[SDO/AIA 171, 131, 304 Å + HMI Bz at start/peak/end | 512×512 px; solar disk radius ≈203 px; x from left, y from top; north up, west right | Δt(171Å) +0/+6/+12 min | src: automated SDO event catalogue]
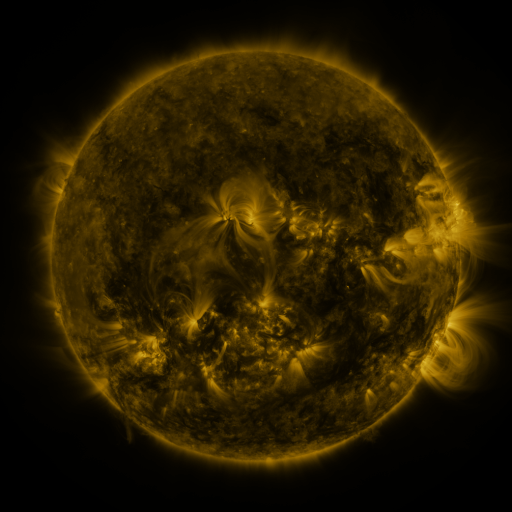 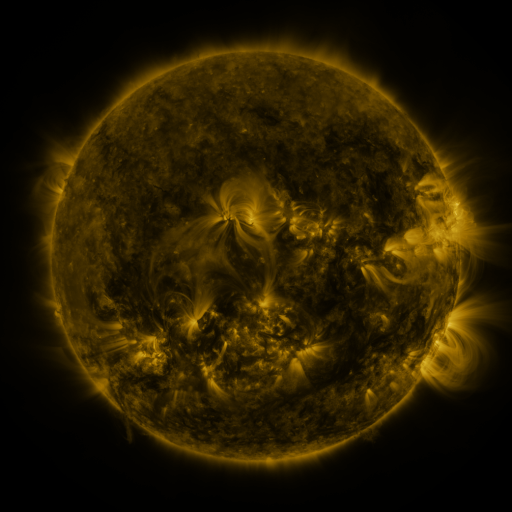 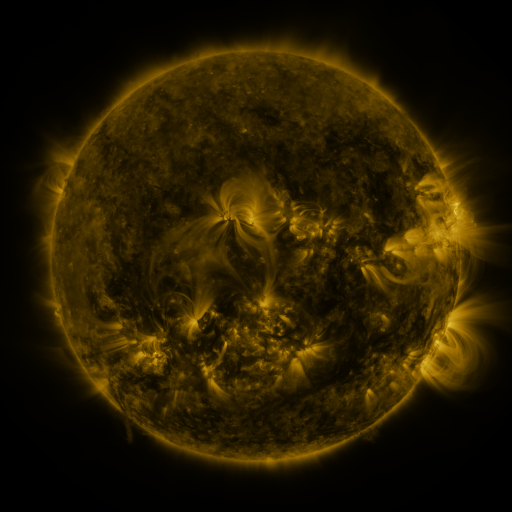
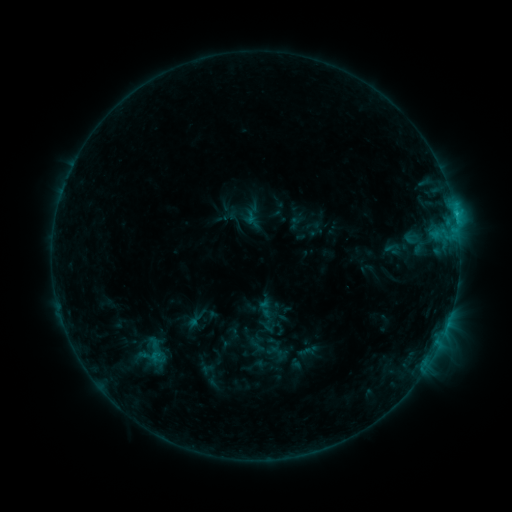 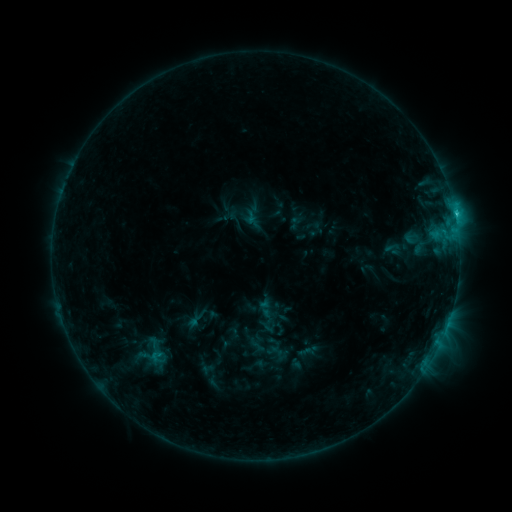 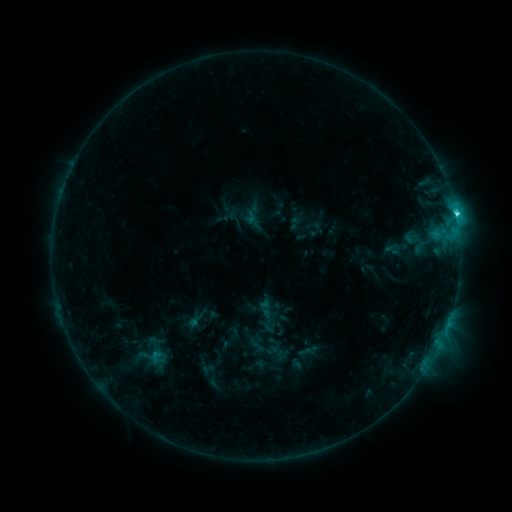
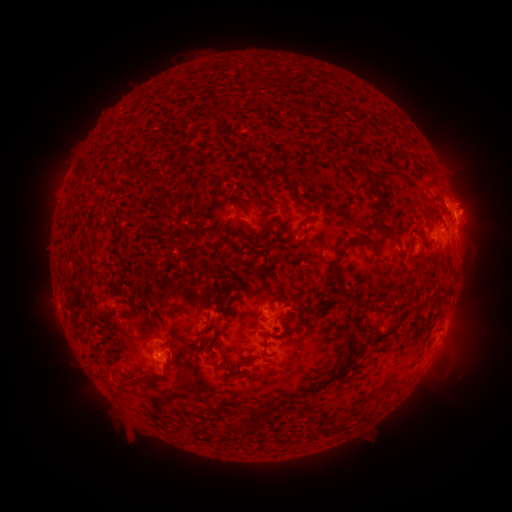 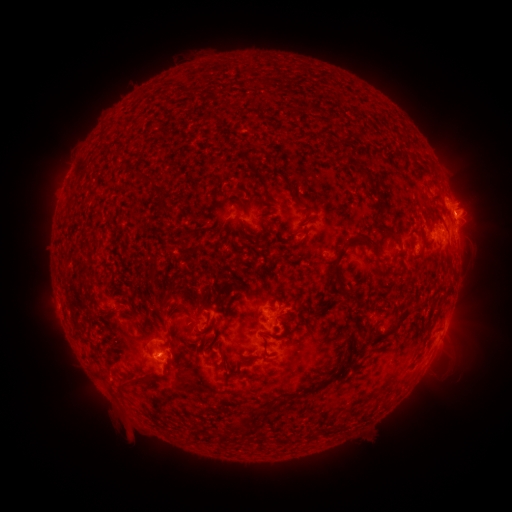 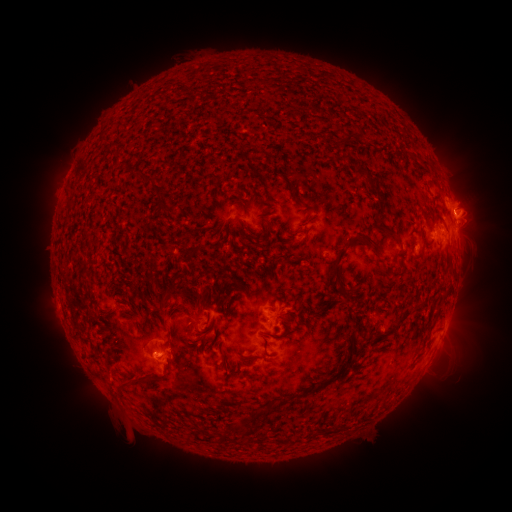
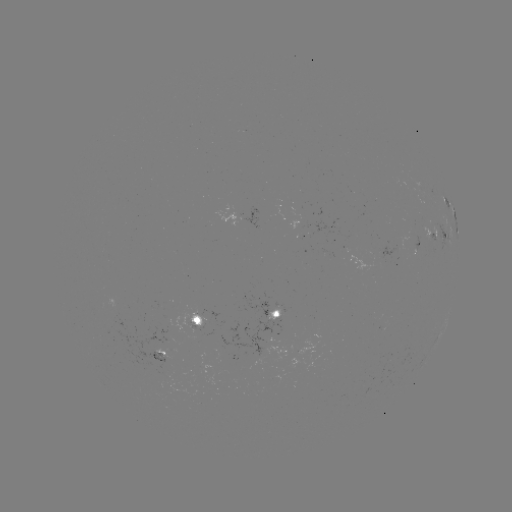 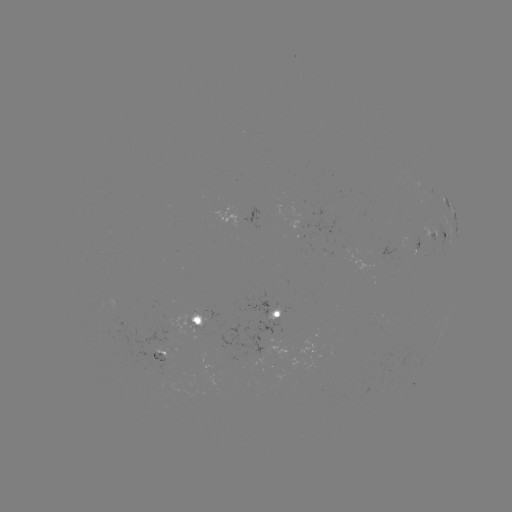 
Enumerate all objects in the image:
C7.1 flare: (455, 218)
